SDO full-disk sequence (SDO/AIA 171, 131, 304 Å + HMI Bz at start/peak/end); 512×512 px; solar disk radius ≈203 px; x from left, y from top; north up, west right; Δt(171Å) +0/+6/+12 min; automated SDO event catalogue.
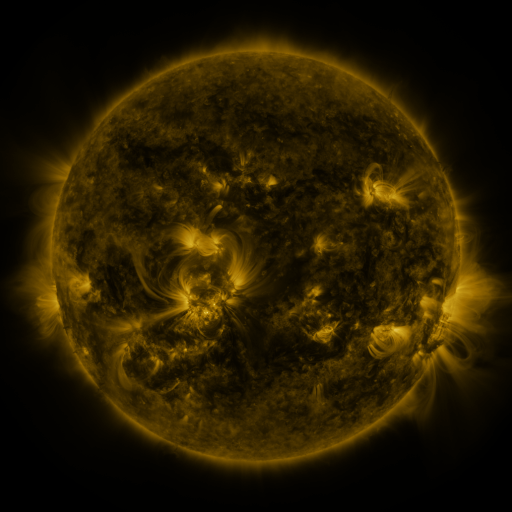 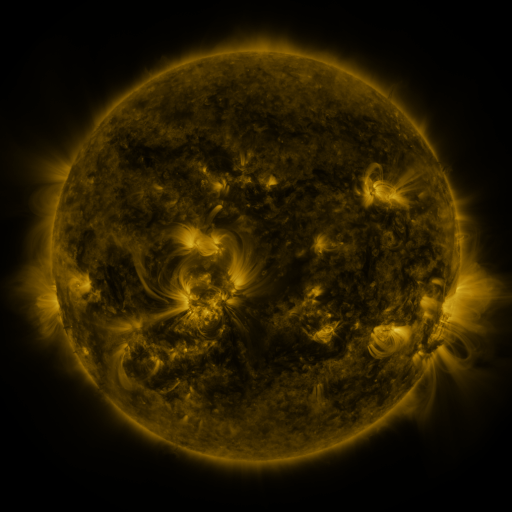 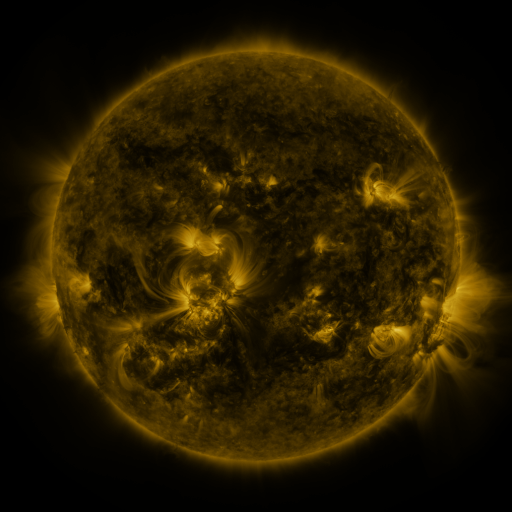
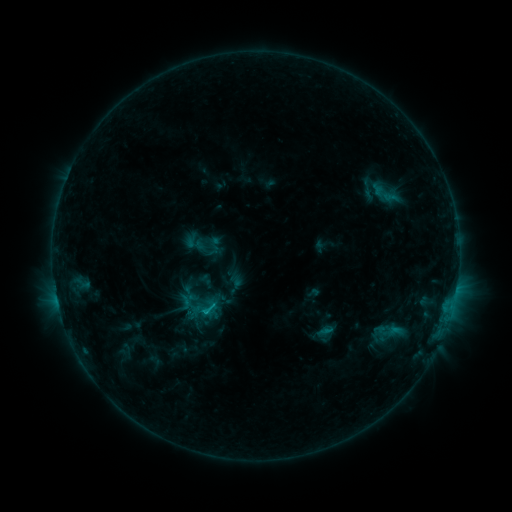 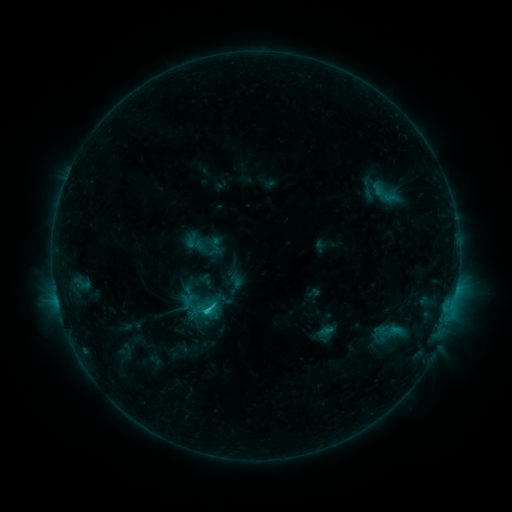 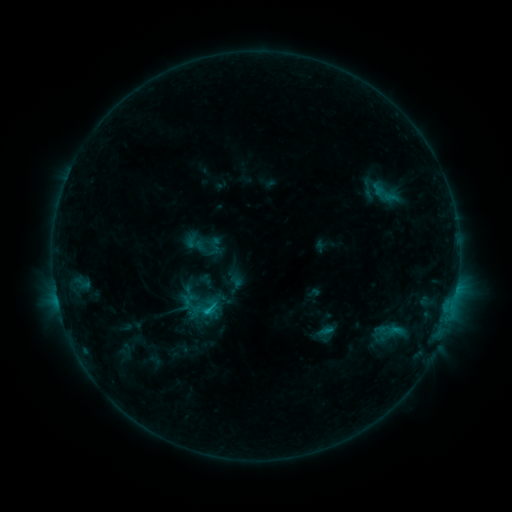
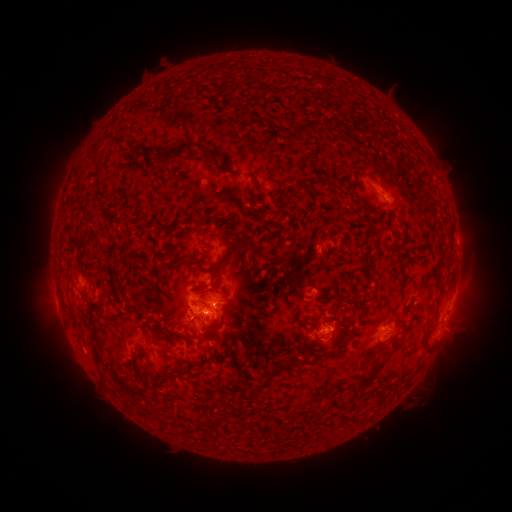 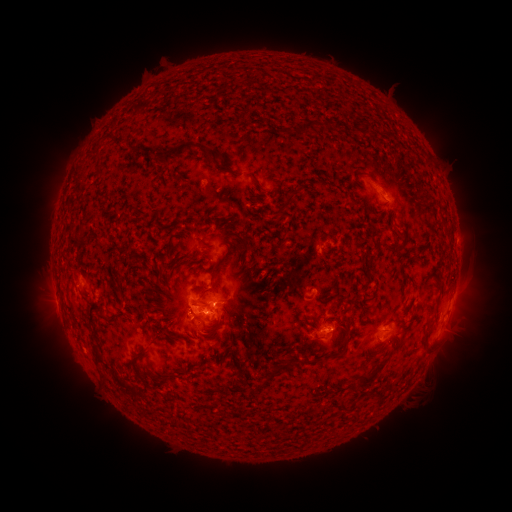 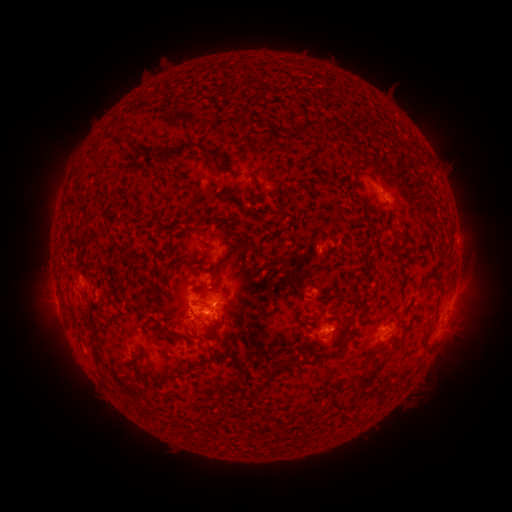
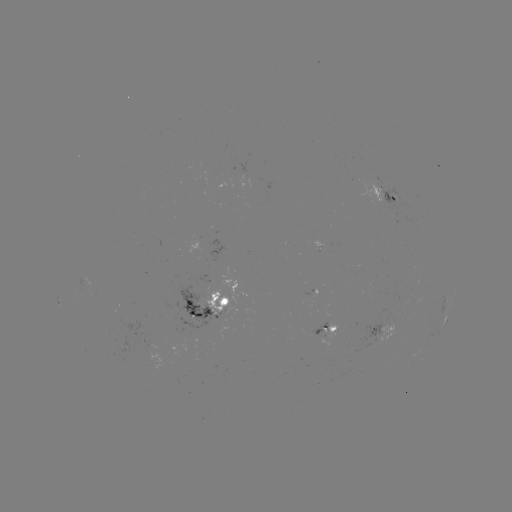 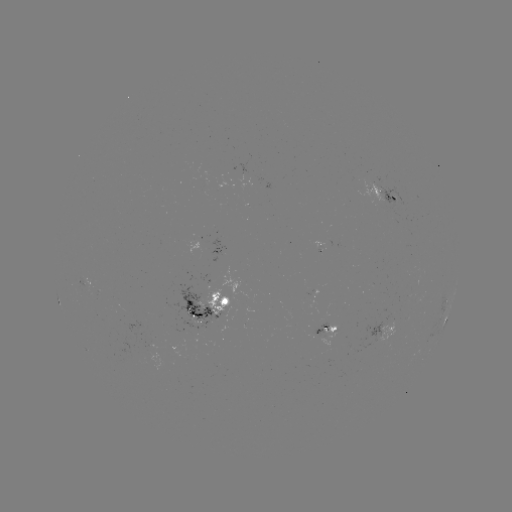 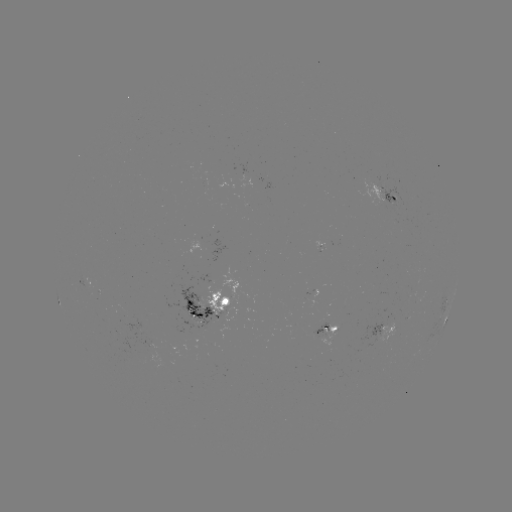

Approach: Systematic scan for C1.2 flare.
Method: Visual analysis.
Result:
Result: C1.2 flare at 207,310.